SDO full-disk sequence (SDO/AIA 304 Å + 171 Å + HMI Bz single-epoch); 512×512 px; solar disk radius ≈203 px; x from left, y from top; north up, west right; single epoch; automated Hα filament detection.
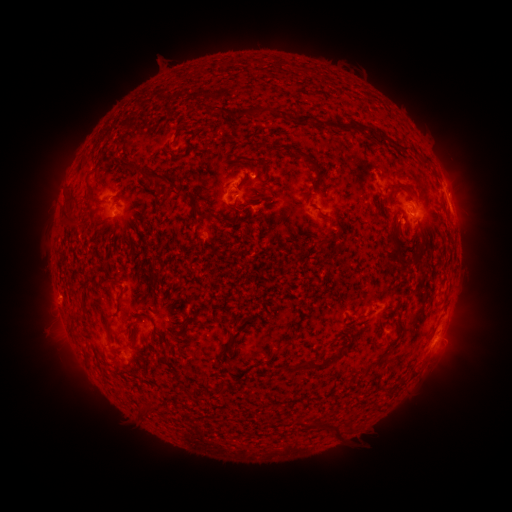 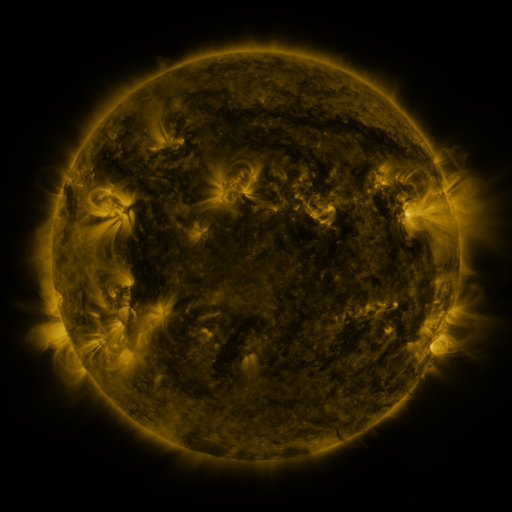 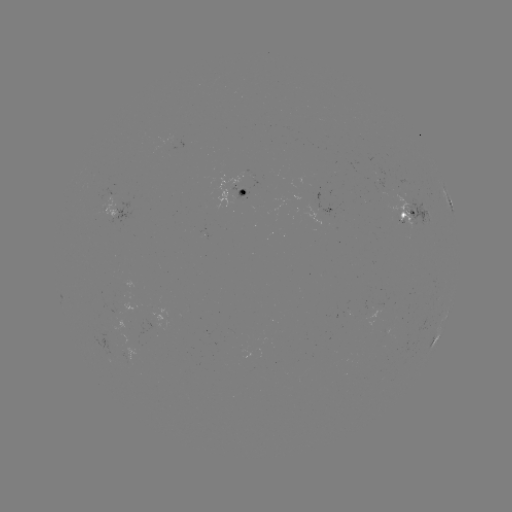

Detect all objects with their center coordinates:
filament: (196, 102, 232, 117)
filament: (249, 106, 260, 118)
filament: (270, 109, 280, 117)
filament: (284, 113, 325, 128)
filament: (334, 121, 351, 131)
filament: (355, 123, 409, 154)
filament: (296, 150, 319, 174)
filament: (420, 153, 429, 164)
filament: (172, 154, 183, 161)
filament: (109, 157, 181, 198)
filament: (84, 171, 96, 199)
filament: (388, 181, 406, 190)
filament: (256, 182, 270, 192)
filament: (65, 195, 76, 208)
filament: (190, 200, 213, 220)
filament: (60, 210, 81, 230)
filament: (388, 224, 406, 267)
filament: (116, 291, 126, 315)
filament: (81, 302, 91, 318)
filament: (70, 314, 83, 322)
filament: (372, 314, 405, 348)
filament: (186, 317, 196, 327)
filament: (106, 321, 114, 345)
filament: (129, 321, 139, 332)
filament: (337, 343, 350, 352)
filament: (287, 354, 336, 373)
filament: (220, 384, 227, 393)
filament: (384, 385, 396, 397)
filament: (138, 404, 157, 420)
filament: (298, 416, 308, 428)
filament: (320, 419, 344, 436)
